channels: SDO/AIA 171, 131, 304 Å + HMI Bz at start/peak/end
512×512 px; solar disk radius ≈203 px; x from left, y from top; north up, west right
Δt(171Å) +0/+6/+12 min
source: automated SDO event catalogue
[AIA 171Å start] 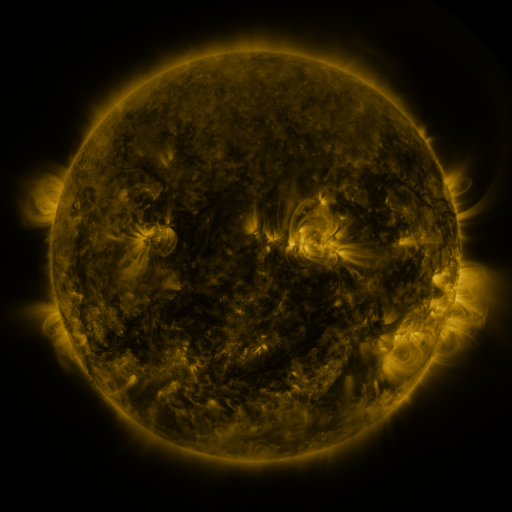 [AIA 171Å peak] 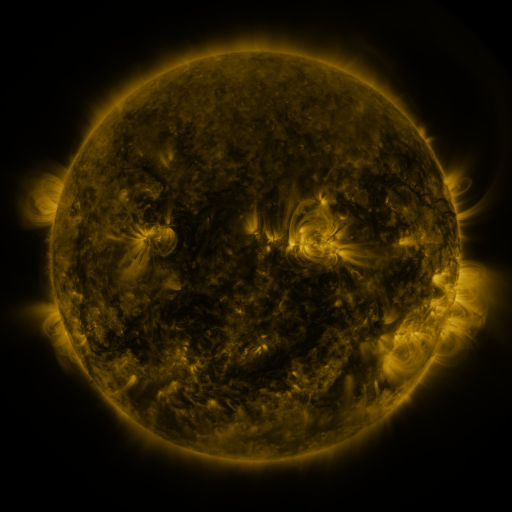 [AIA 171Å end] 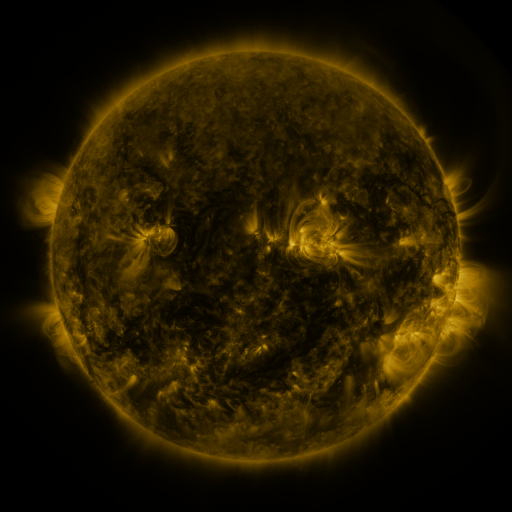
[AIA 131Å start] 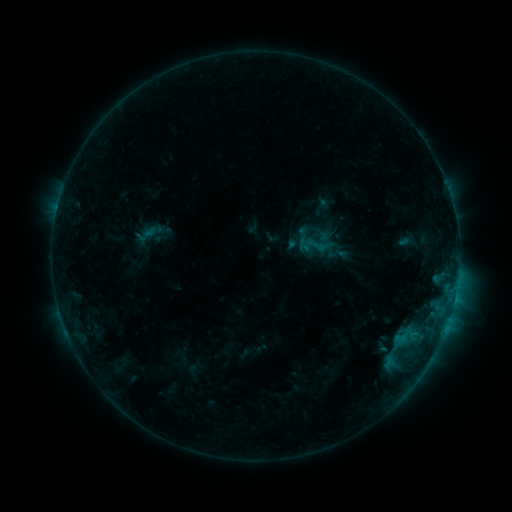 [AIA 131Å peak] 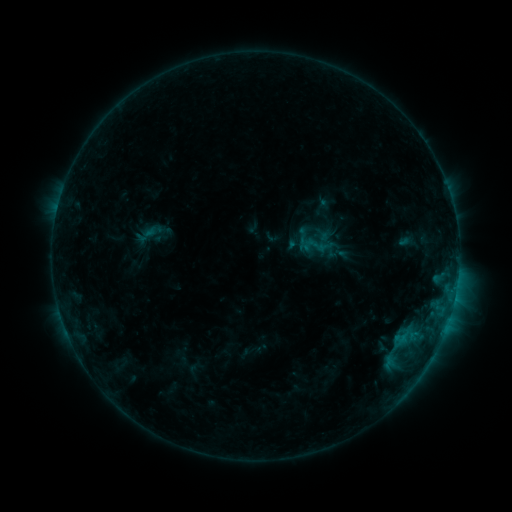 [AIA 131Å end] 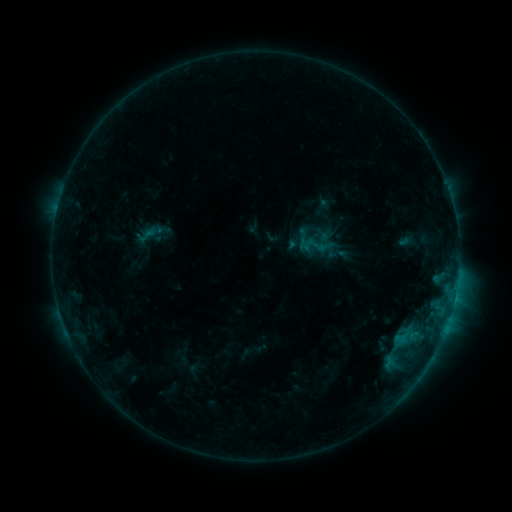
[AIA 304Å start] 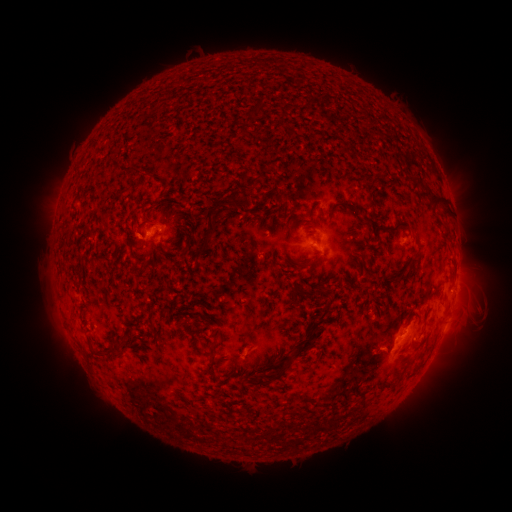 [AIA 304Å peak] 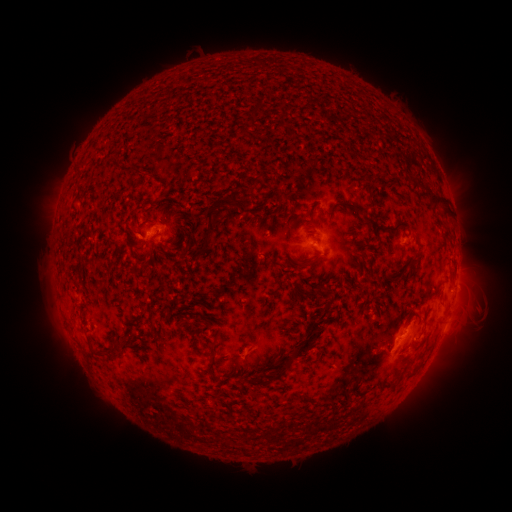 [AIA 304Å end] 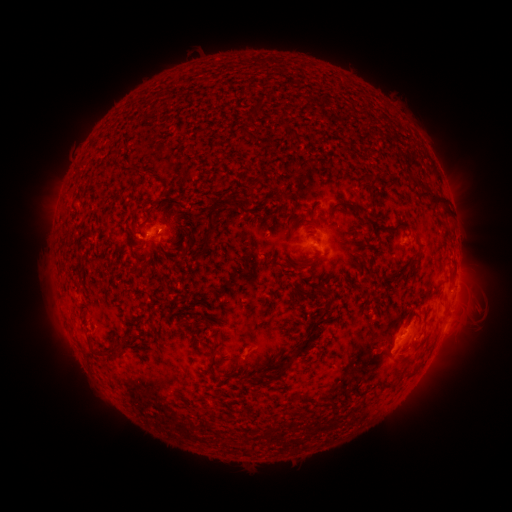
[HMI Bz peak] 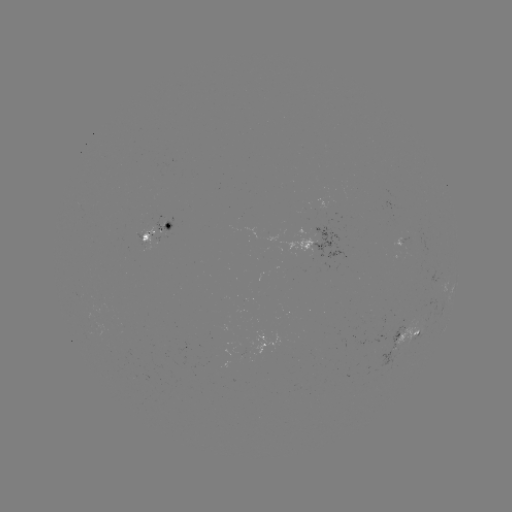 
nothing was catalogued: no classed flare, no EUV trigger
